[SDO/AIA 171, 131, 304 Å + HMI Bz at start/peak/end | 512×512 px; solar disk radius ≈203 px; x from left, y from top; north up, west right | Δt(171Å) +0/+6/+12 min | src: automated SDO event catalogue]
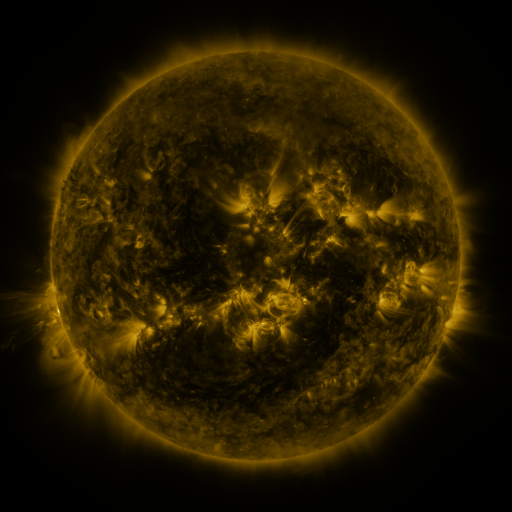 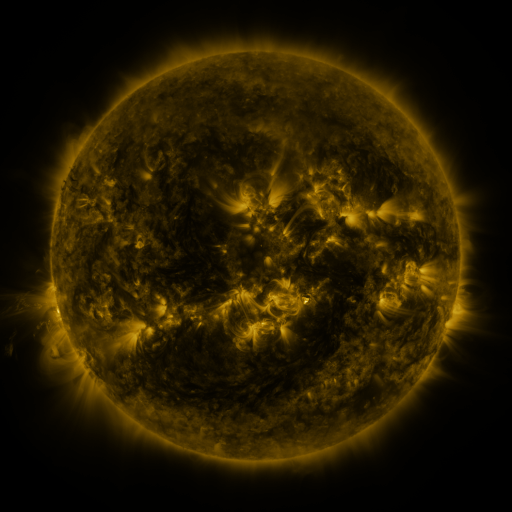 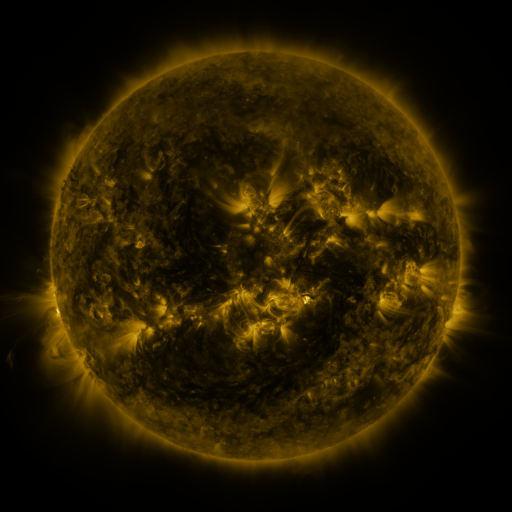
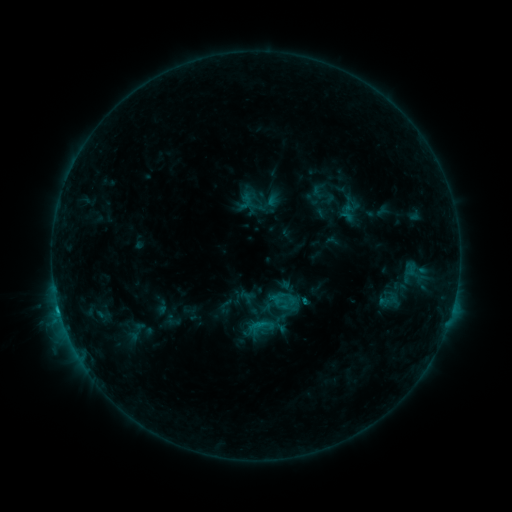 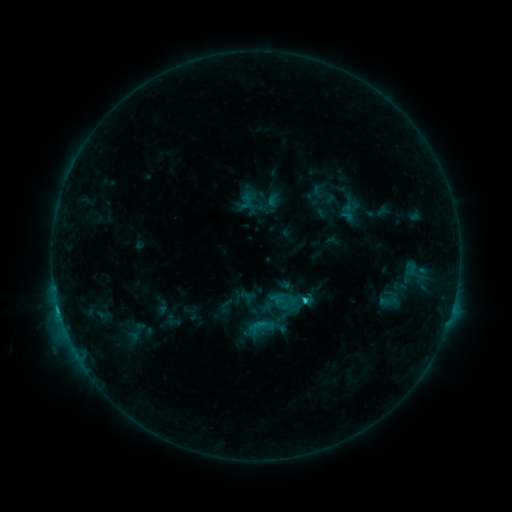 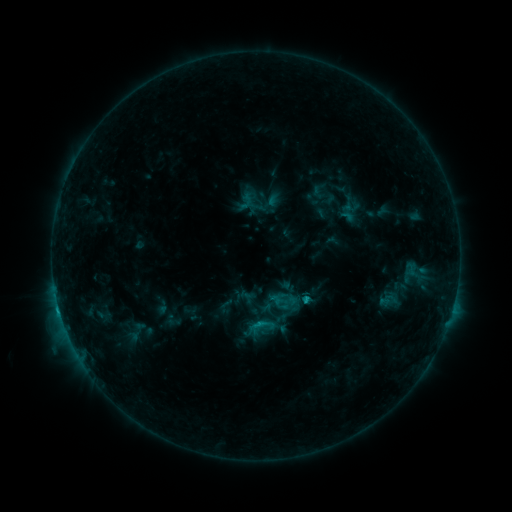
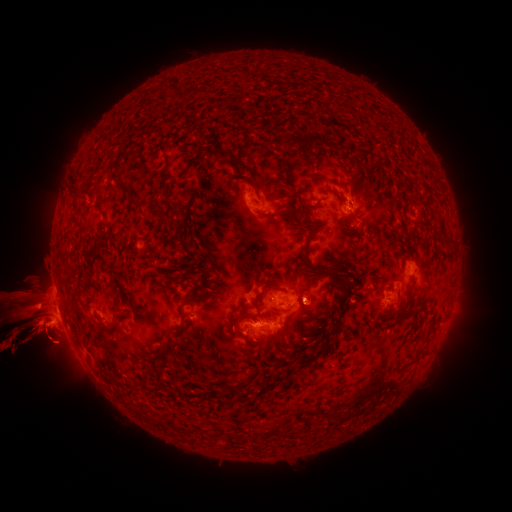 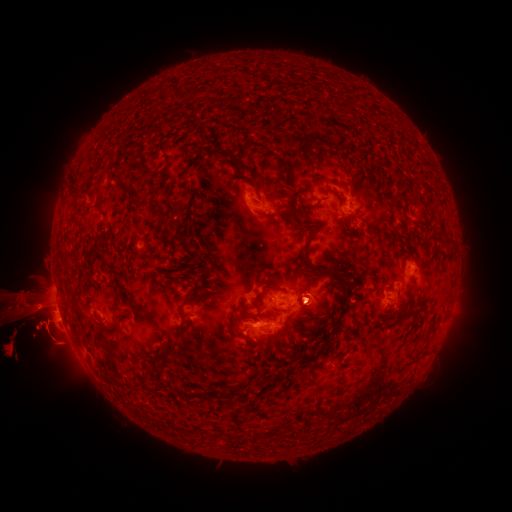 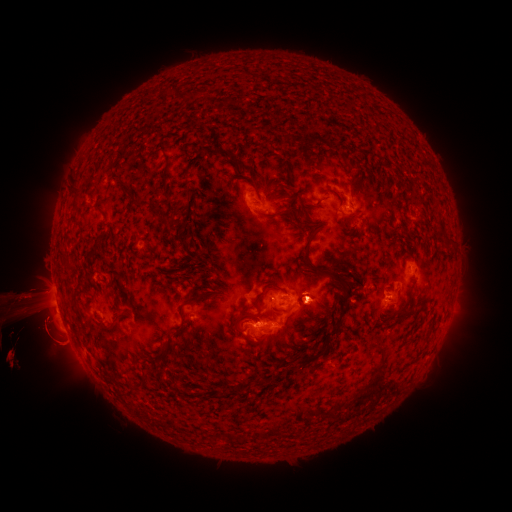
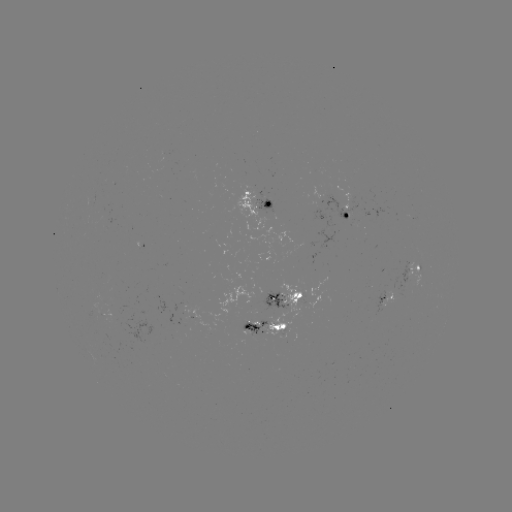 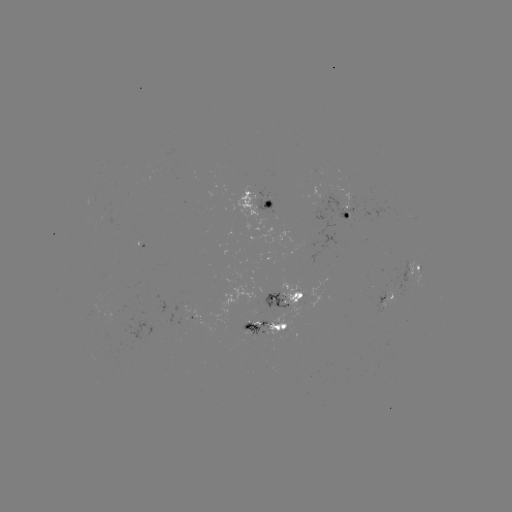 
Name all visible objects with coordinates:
C1.6 flare: (300, 299)
